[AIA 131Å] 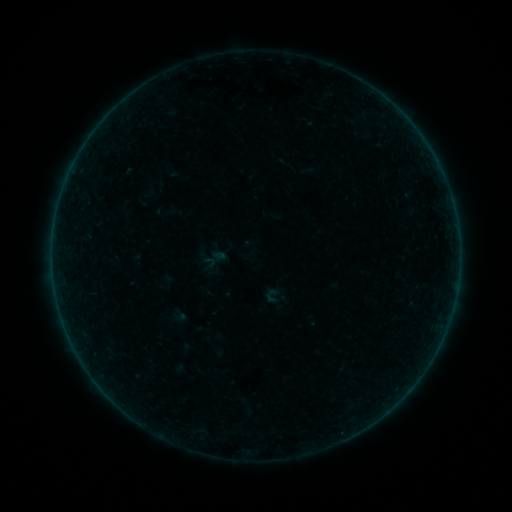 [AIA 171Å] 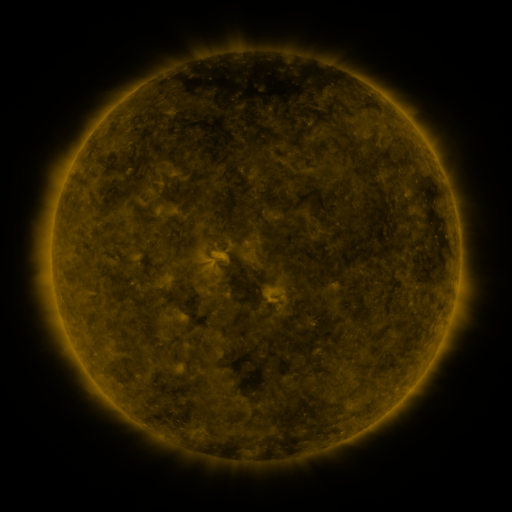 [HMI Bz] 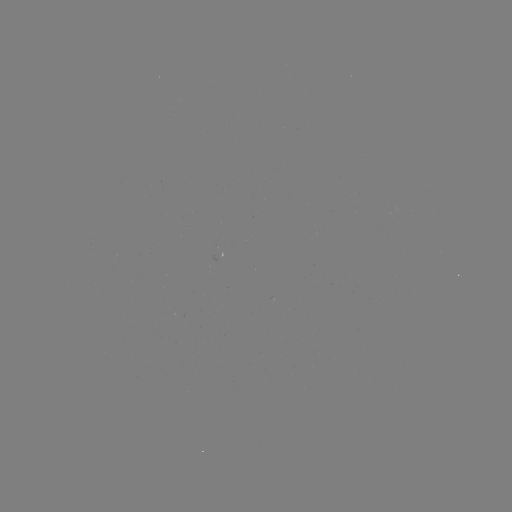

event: sigmoid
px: (271, 298)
